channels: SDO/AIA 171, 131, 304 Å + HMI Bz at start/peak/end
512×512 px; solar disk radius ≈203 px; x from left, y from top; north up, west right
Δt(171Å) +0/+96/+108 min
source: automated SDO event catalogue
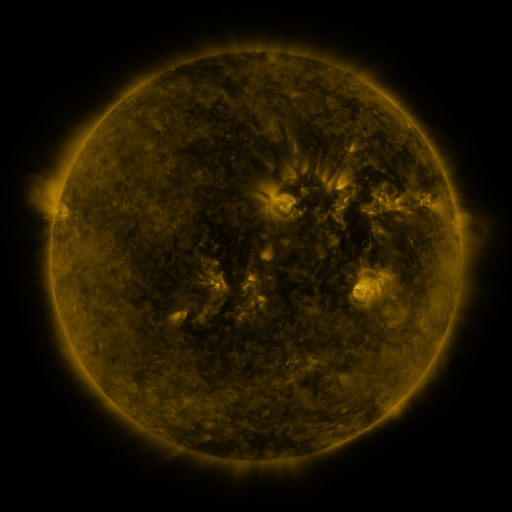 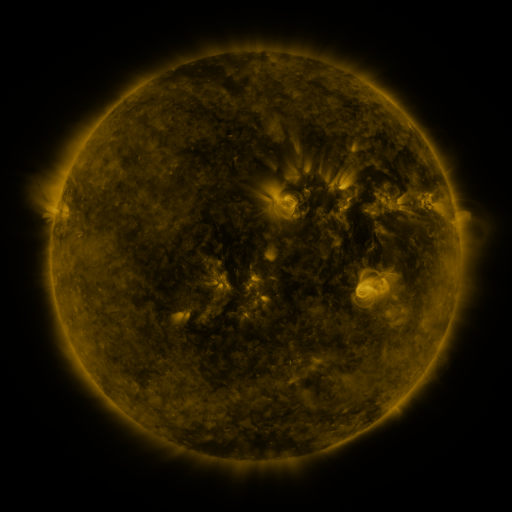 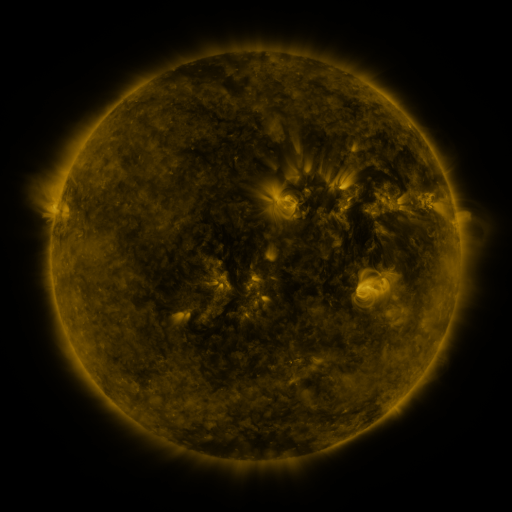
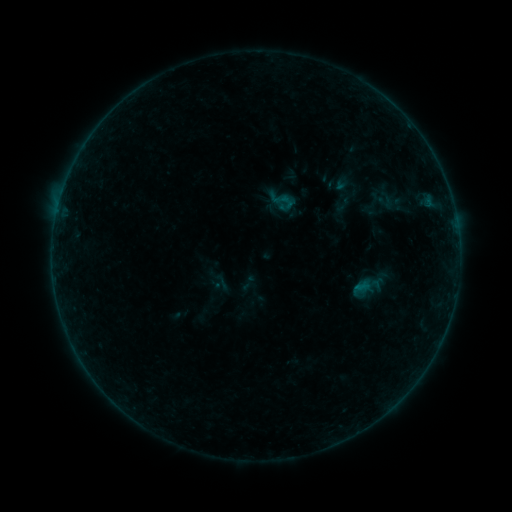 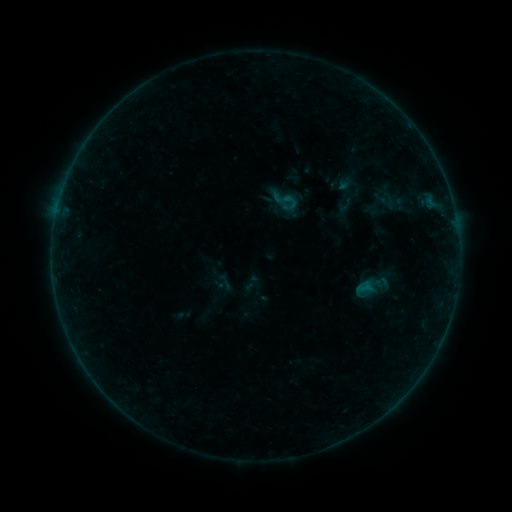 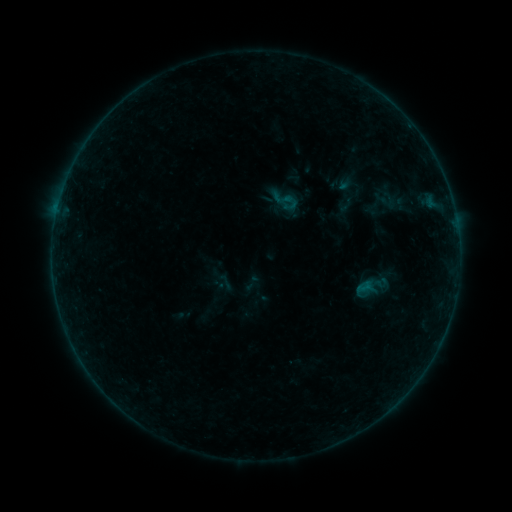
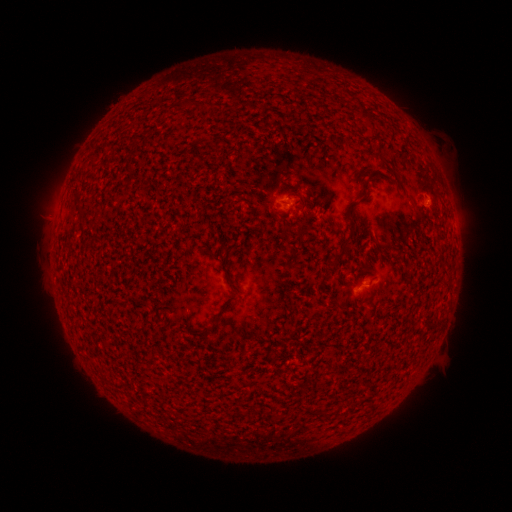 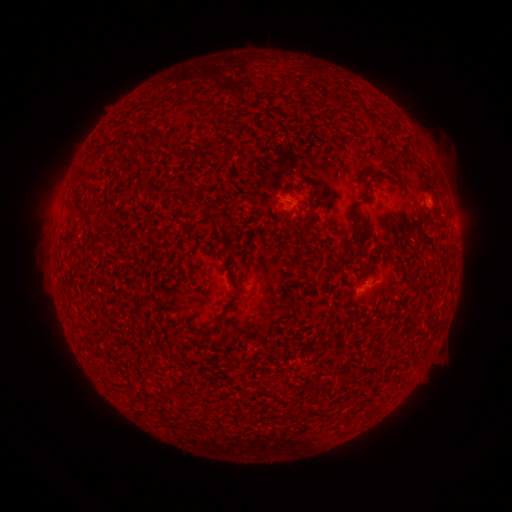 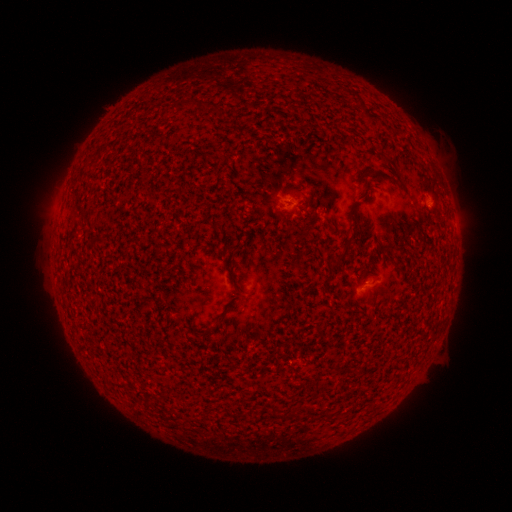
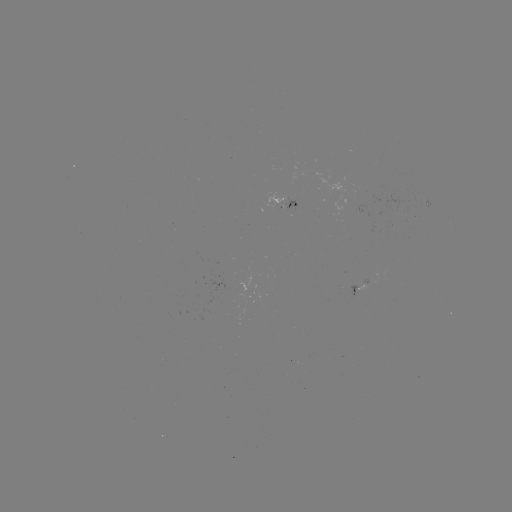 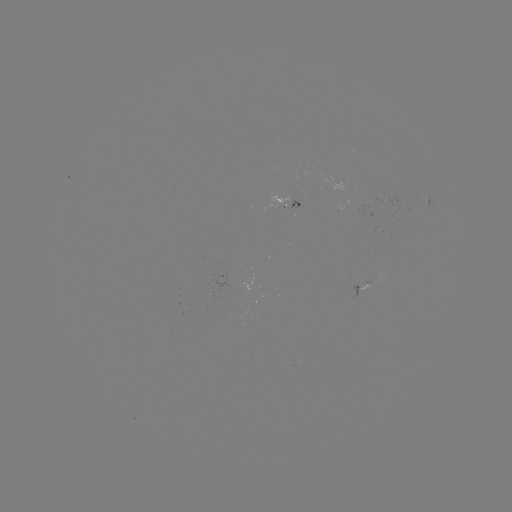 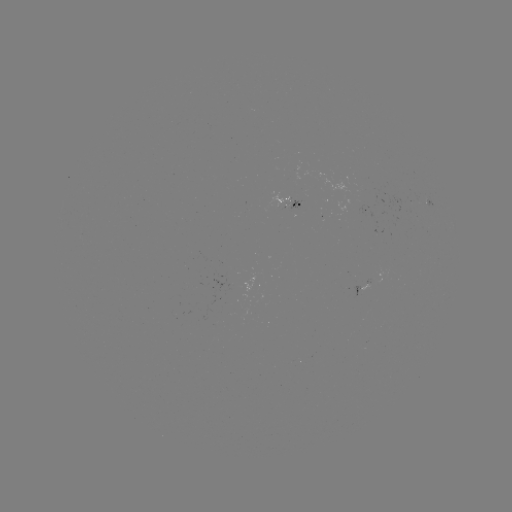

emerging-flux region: (285, 198, 300, 210)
